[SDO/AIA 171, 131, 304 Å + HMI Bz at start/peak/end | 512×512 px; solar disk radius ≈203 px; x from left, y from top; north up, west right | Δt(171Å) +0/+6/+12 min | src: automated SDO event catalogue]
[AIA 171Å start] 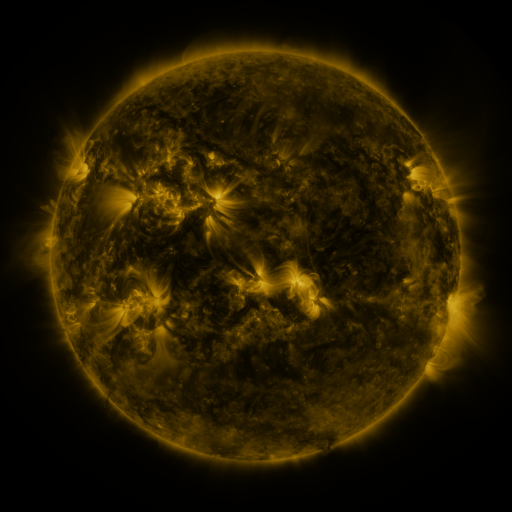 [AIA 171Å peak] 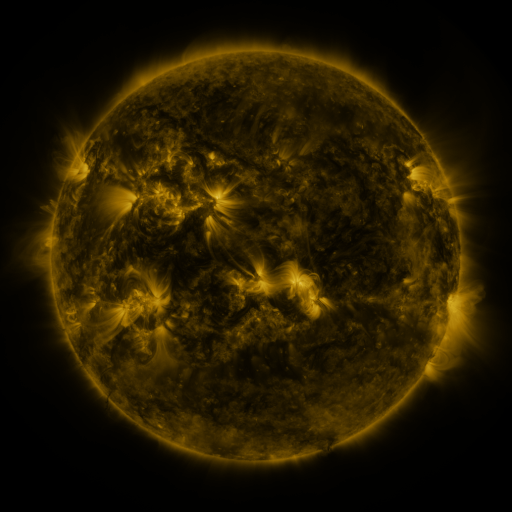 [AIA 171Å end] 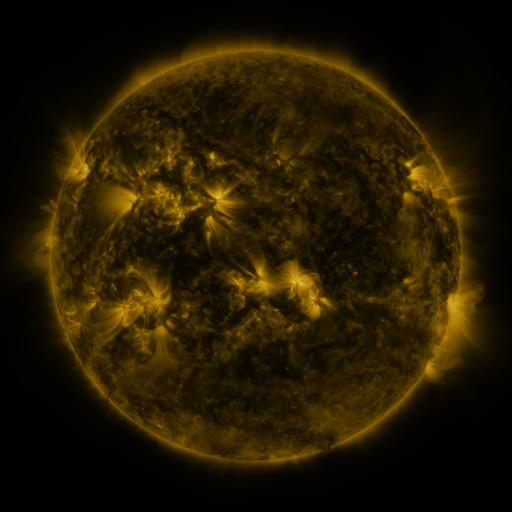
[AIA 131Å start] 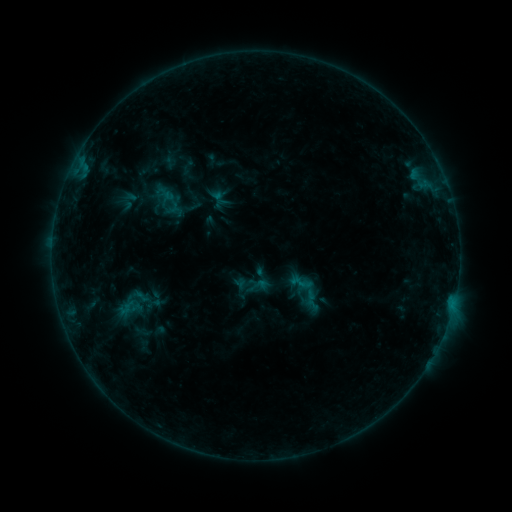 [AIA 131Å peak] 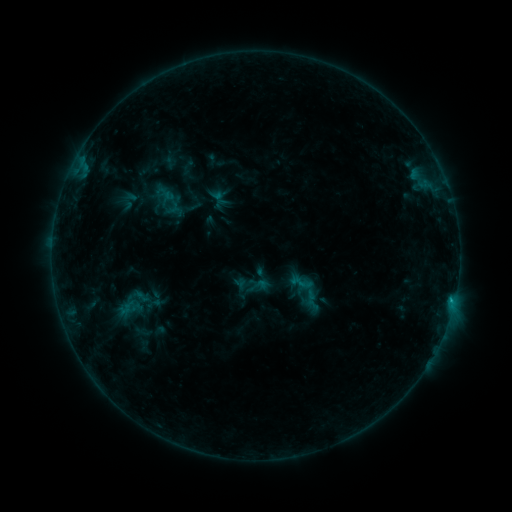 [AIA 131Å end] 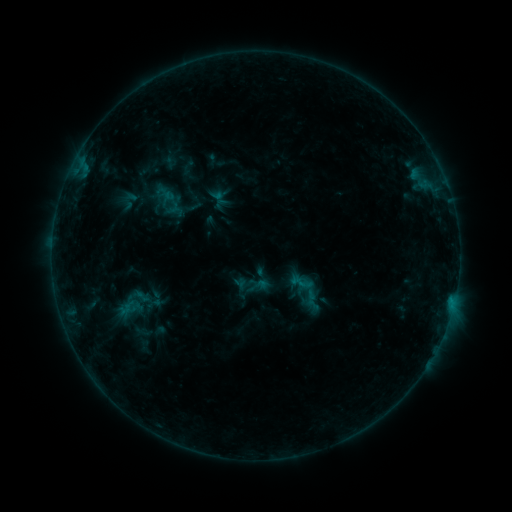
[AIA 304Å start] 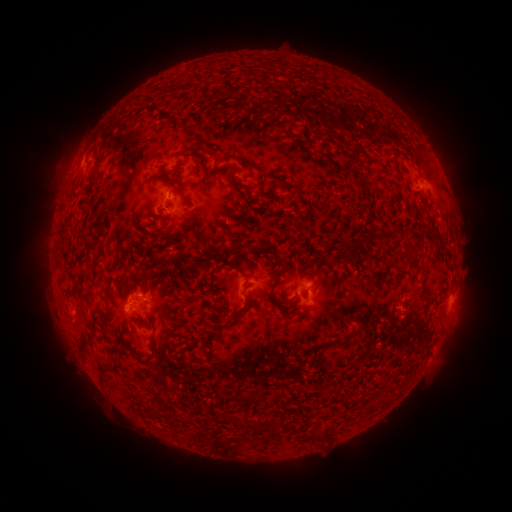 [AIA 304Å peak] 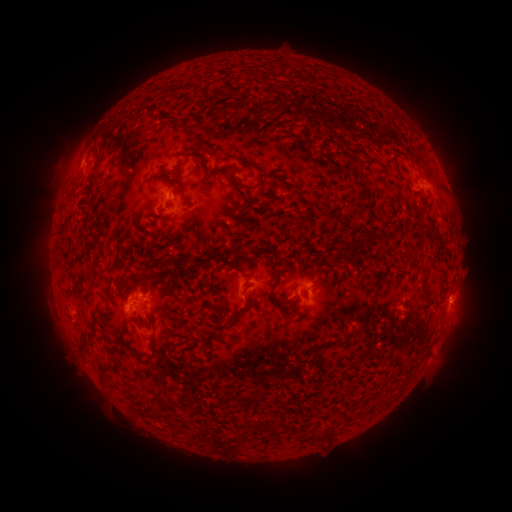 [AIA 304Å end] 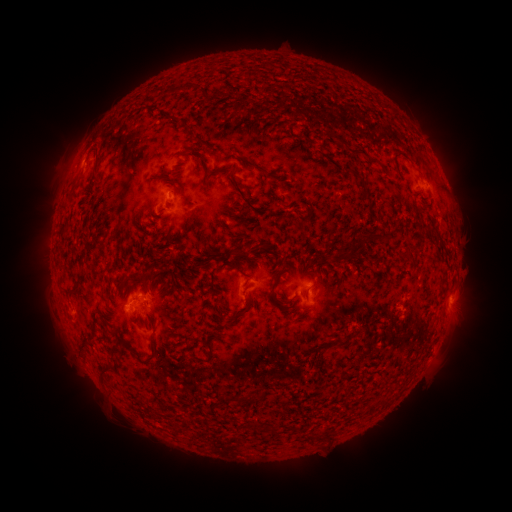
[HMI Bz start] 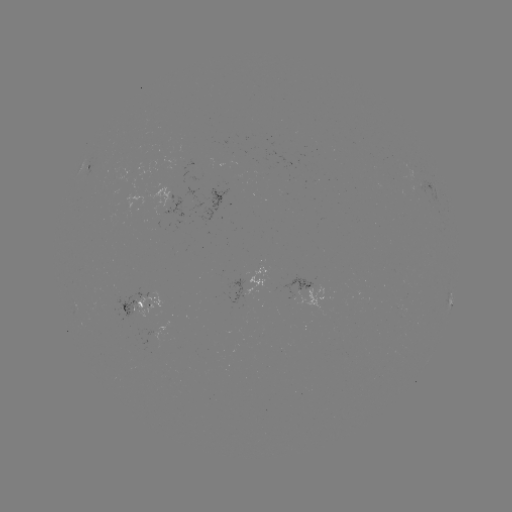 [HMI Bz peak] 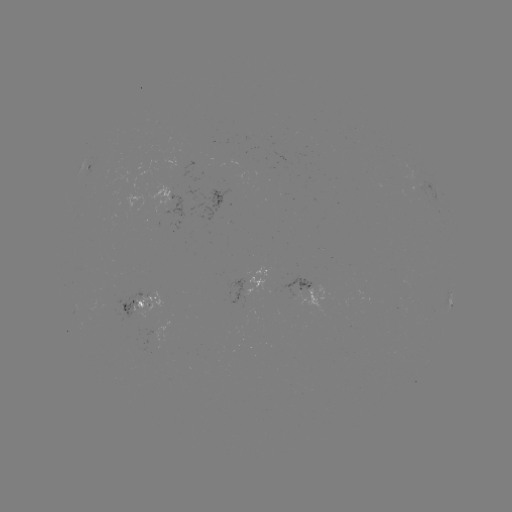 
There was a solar flare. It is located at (451, 297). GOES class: B4.5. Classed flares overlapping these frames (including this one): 1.